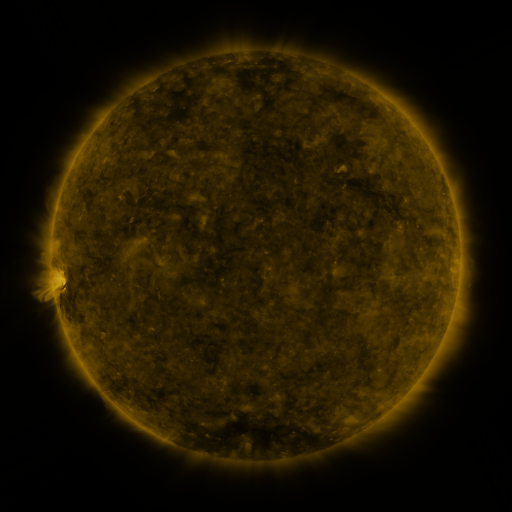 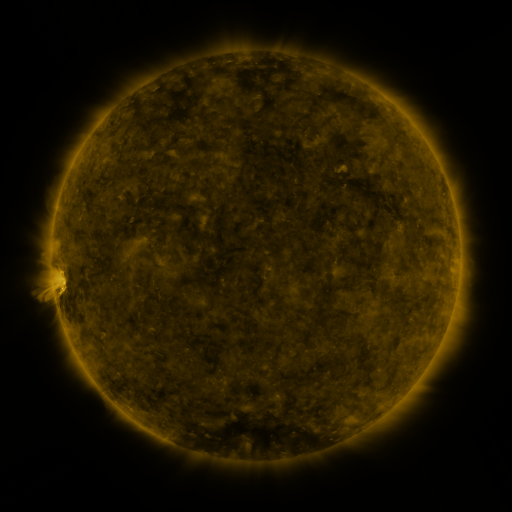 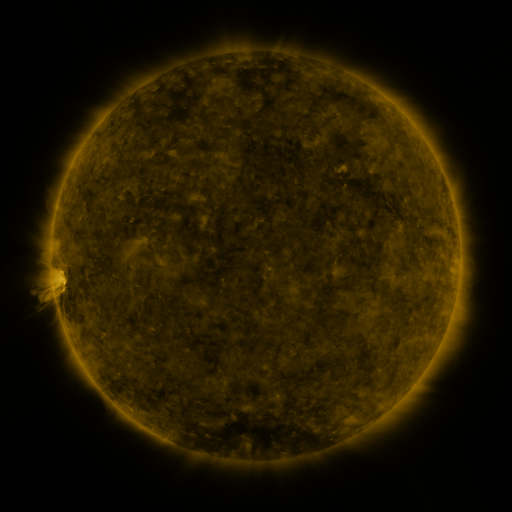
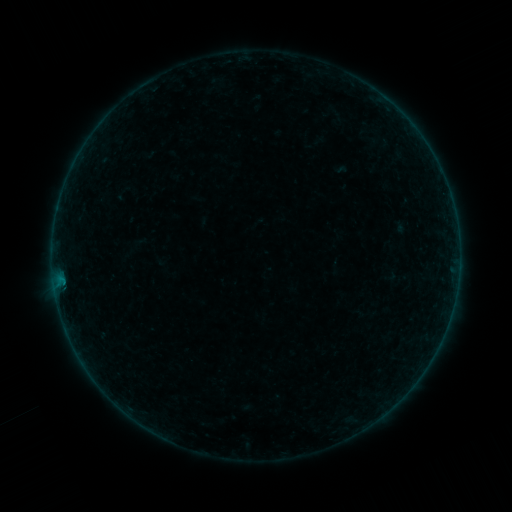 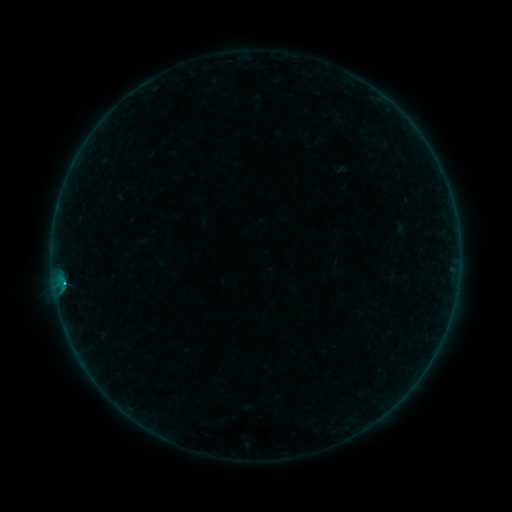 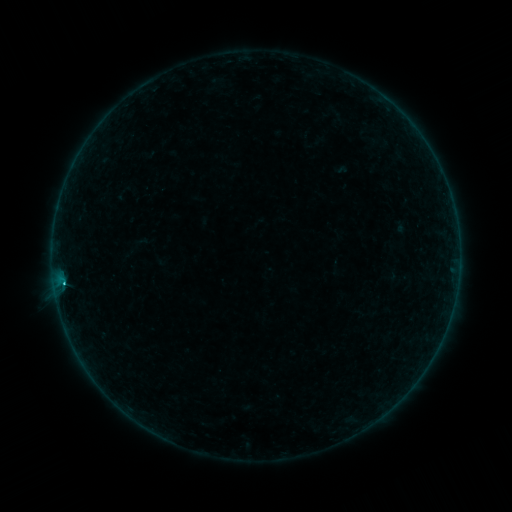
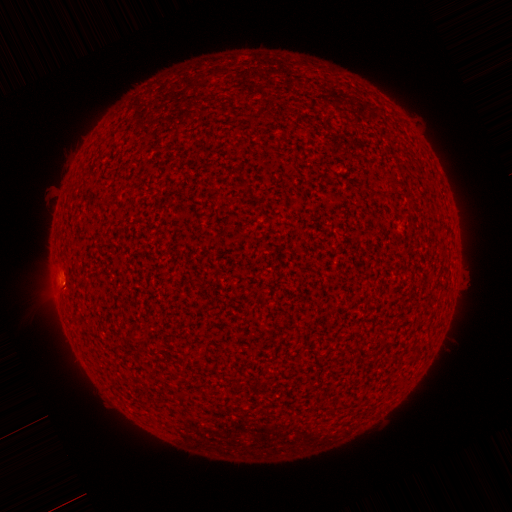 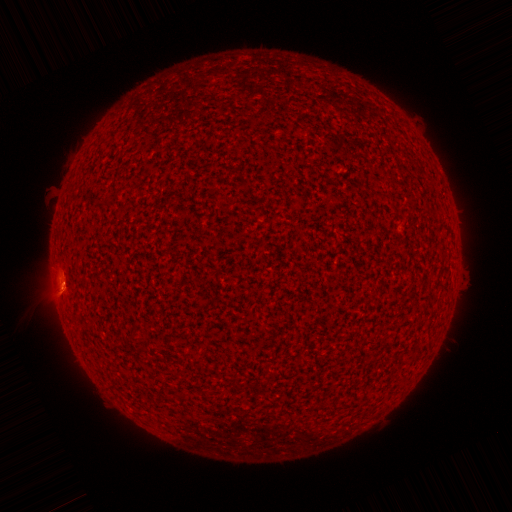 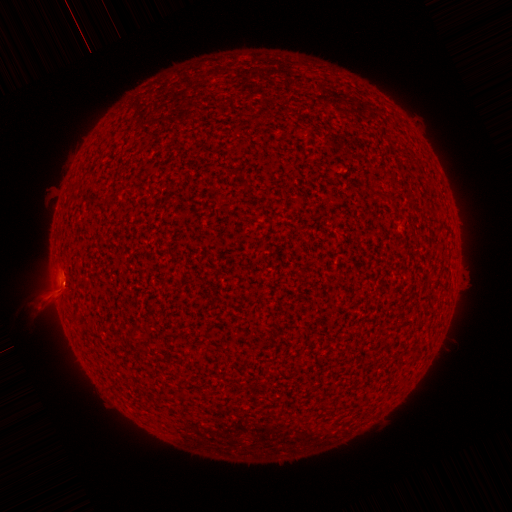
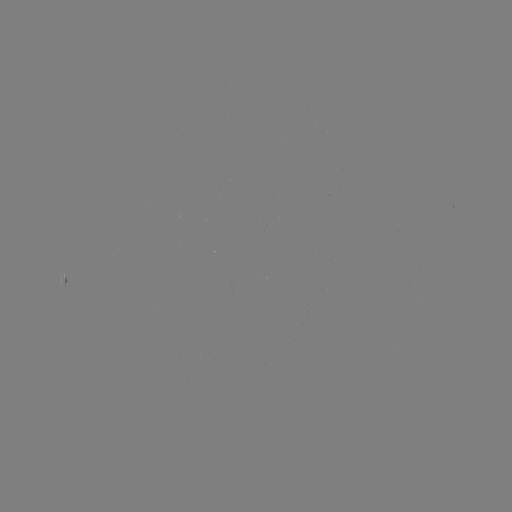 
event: flare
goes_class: B4.5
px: (63, 280)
